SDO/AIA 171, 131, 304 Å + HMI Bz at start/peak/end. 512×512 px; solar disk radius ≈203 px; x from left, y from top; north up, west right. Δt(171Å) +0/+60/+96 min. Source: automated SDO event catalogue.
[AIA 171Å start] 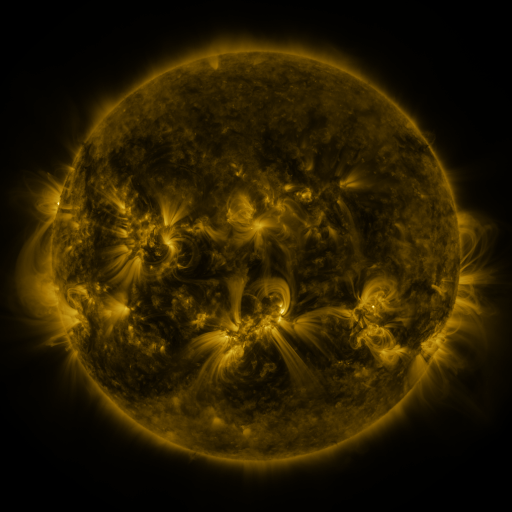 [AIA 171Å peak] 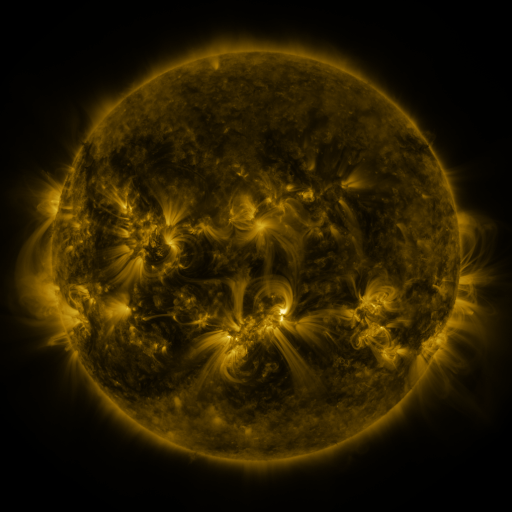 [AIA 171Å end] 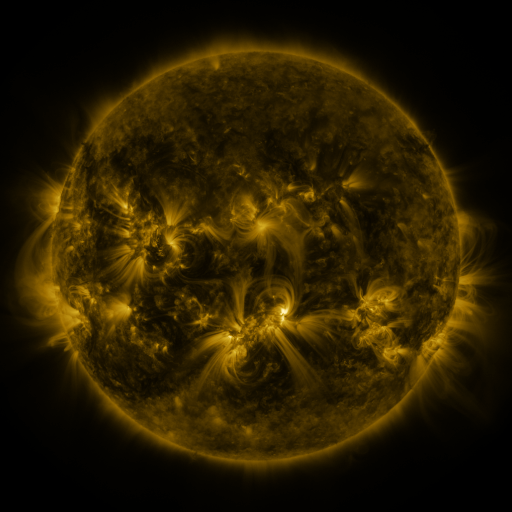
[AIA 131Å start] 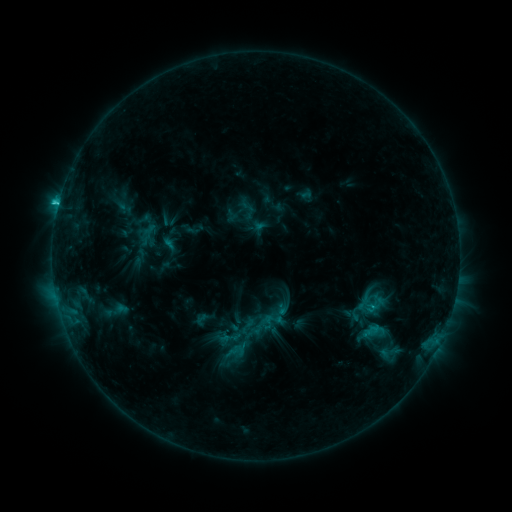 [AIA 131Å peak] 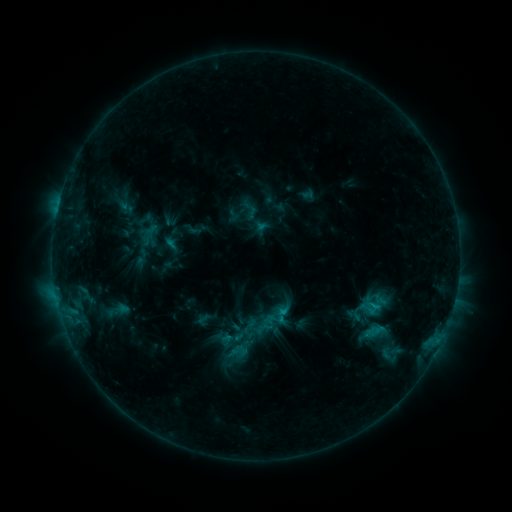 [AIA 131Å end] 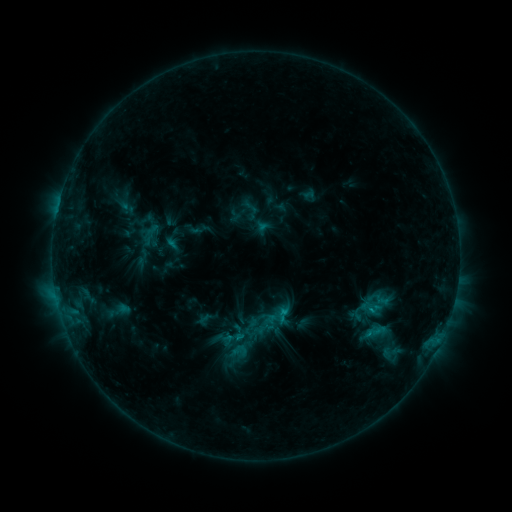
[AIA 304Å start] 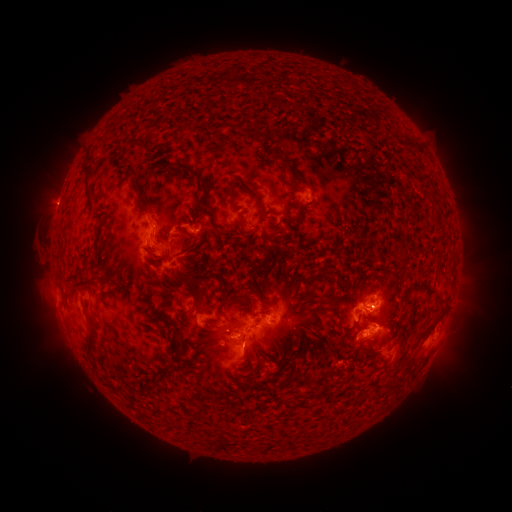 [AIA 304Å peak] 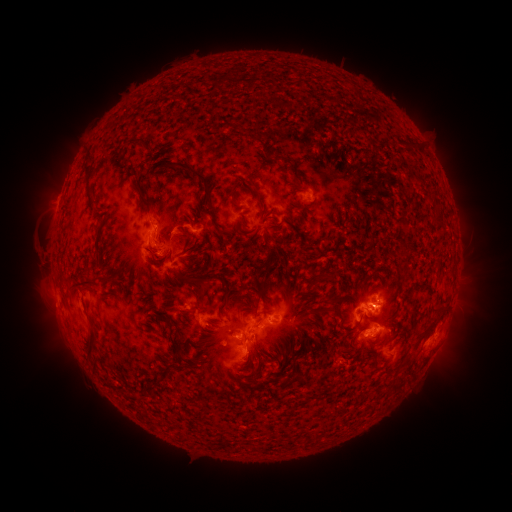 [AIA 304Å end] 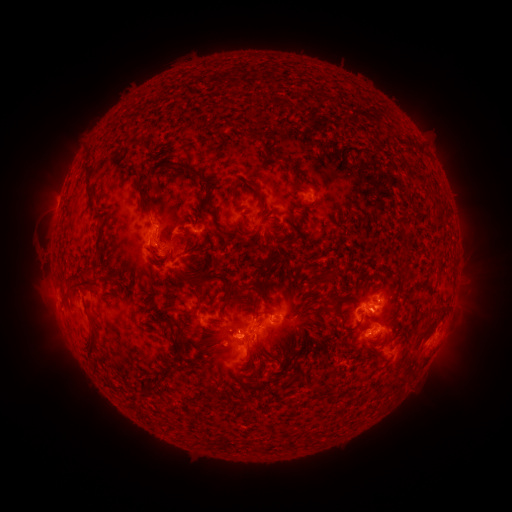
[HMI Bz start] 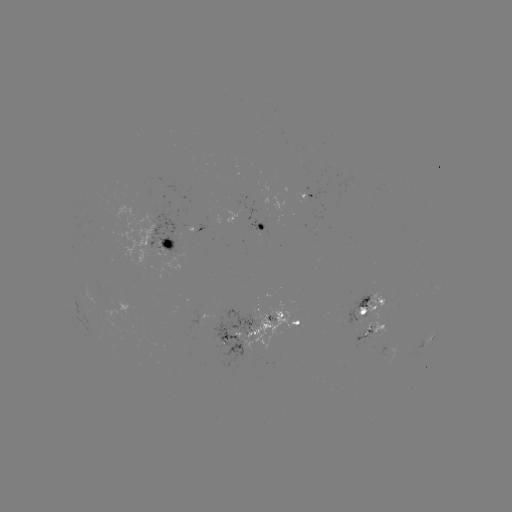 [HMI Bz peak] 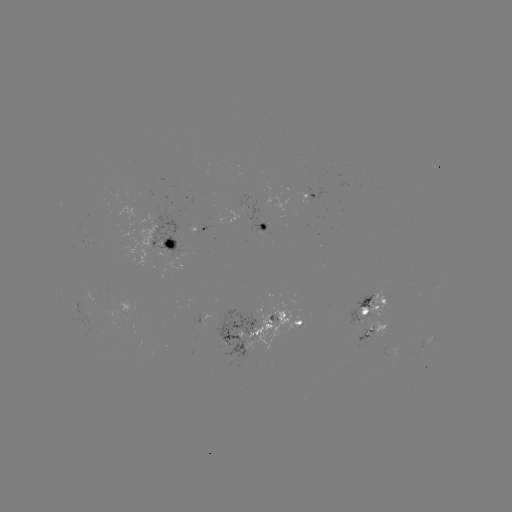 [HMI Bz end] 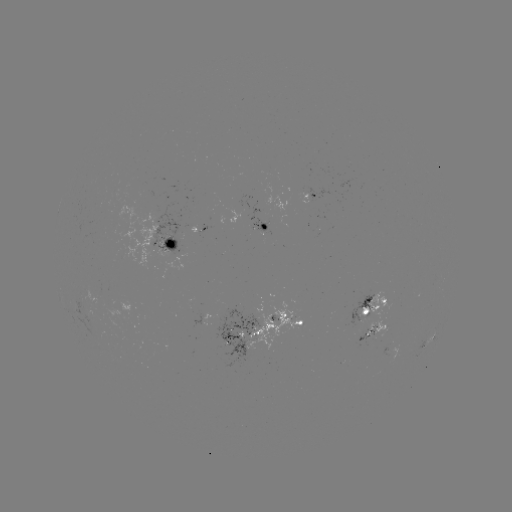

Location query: emerging-flux region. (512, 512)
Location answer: (166, 245).